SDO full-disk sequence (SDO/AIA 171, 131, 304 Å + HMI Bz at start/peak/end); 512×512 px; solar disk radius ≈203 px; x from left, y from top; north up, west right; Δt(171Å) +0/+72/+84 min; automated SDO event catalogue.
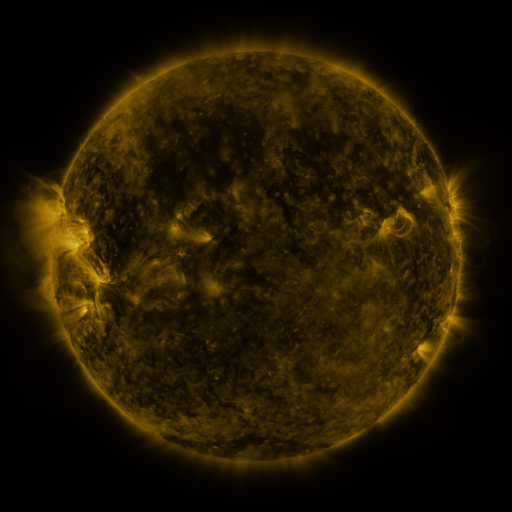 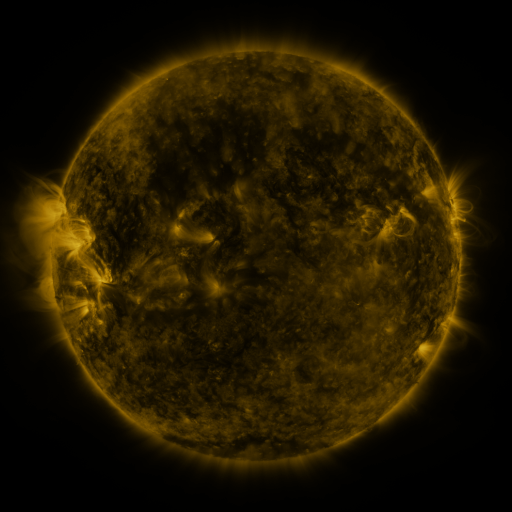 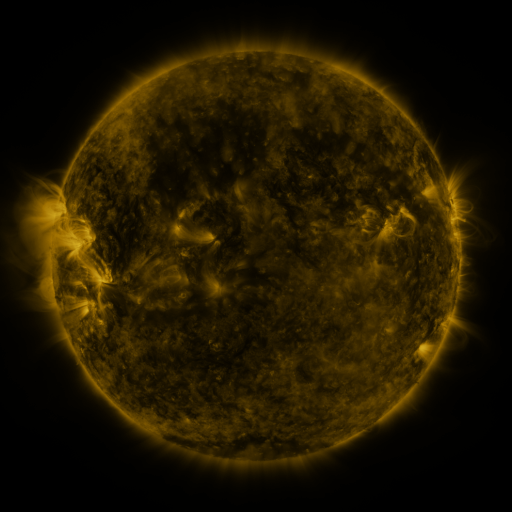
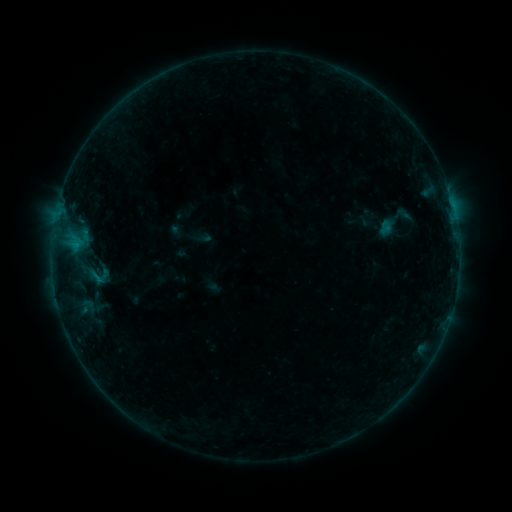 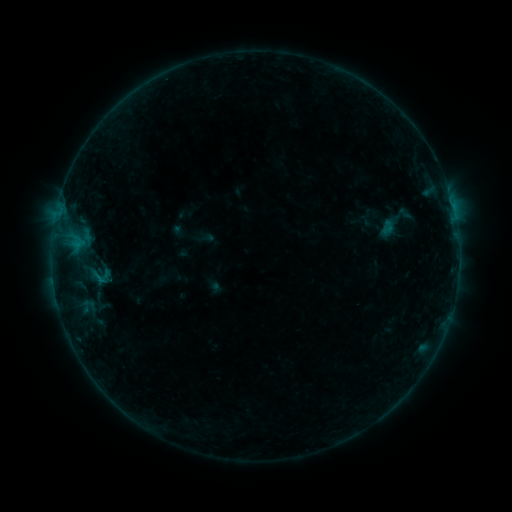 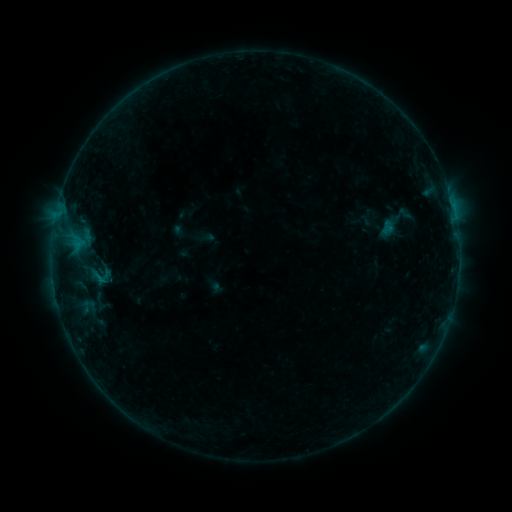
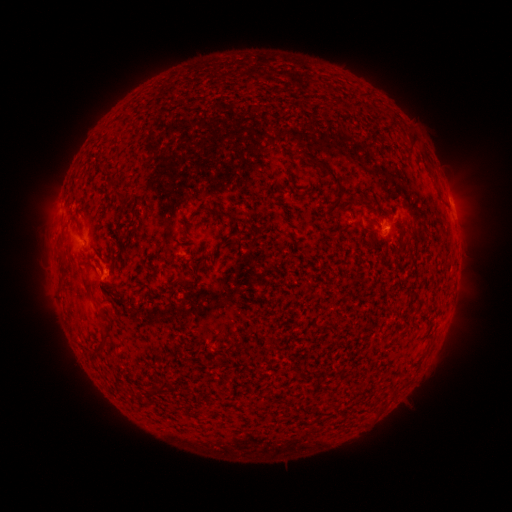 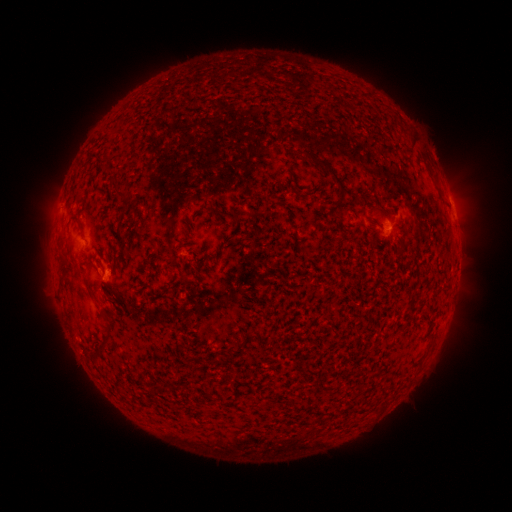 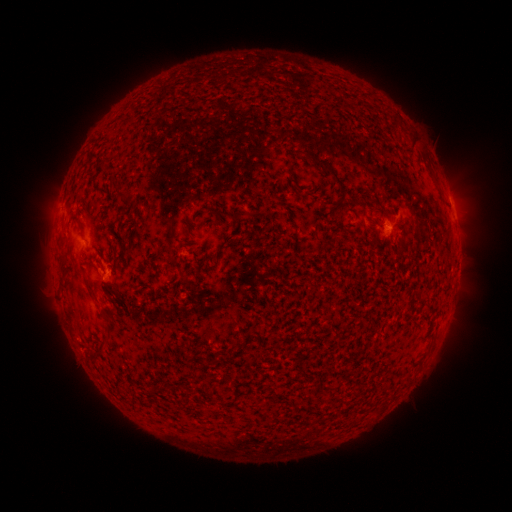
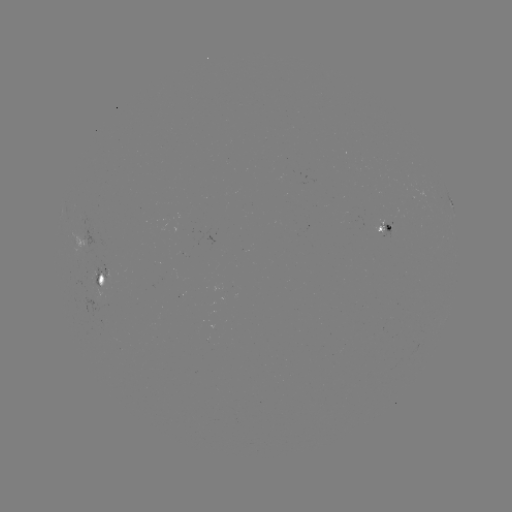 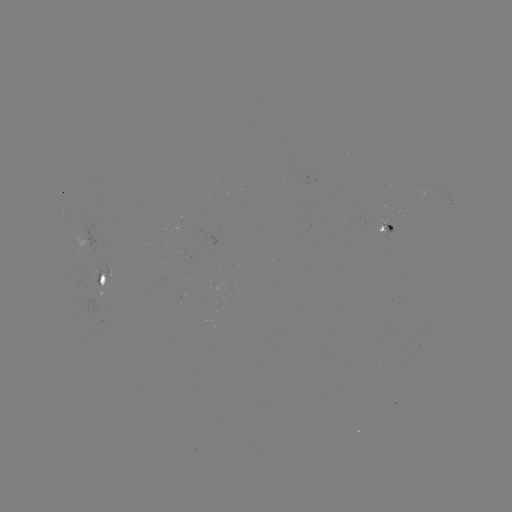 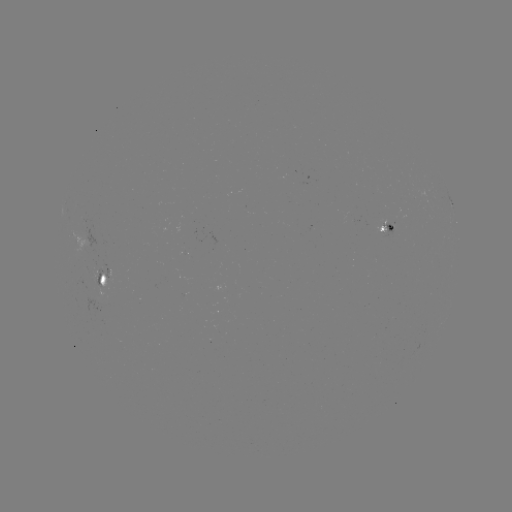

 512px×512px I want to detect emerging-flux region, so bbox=[94, 263, 113, 284].